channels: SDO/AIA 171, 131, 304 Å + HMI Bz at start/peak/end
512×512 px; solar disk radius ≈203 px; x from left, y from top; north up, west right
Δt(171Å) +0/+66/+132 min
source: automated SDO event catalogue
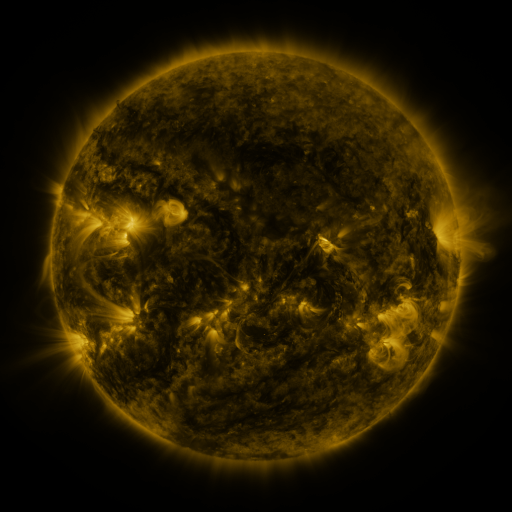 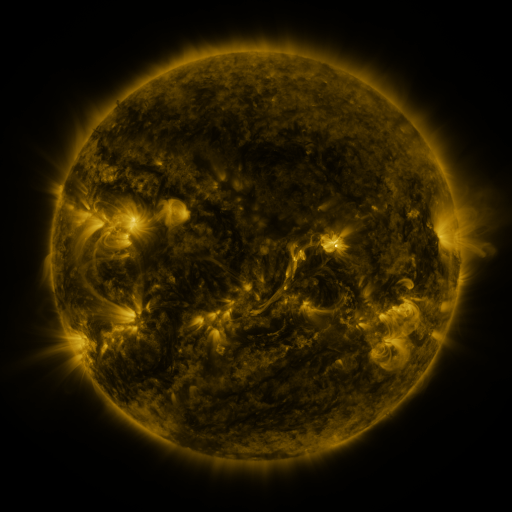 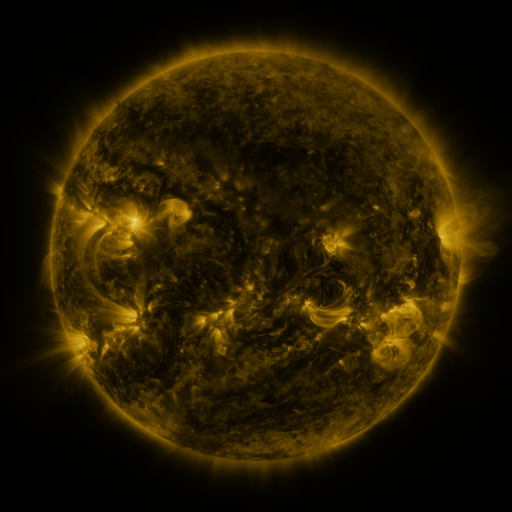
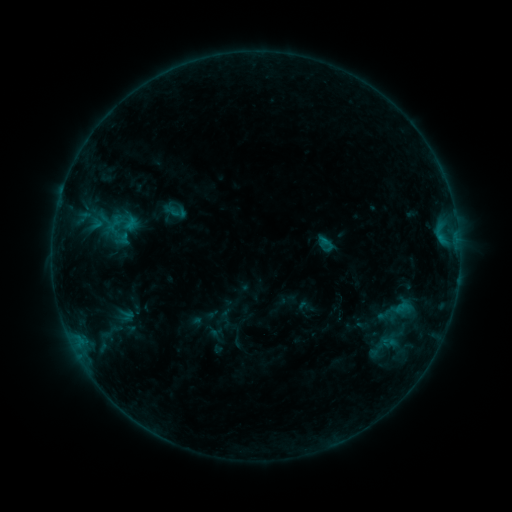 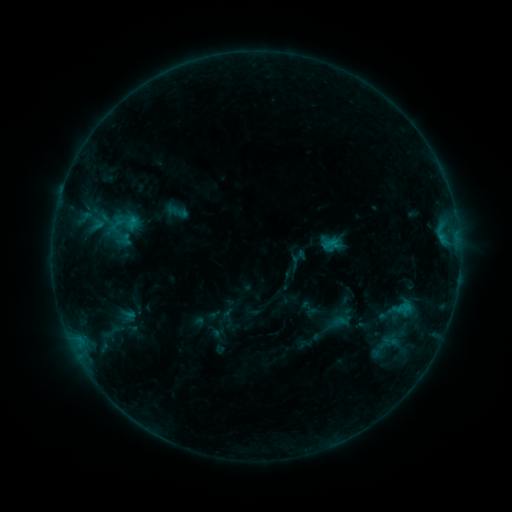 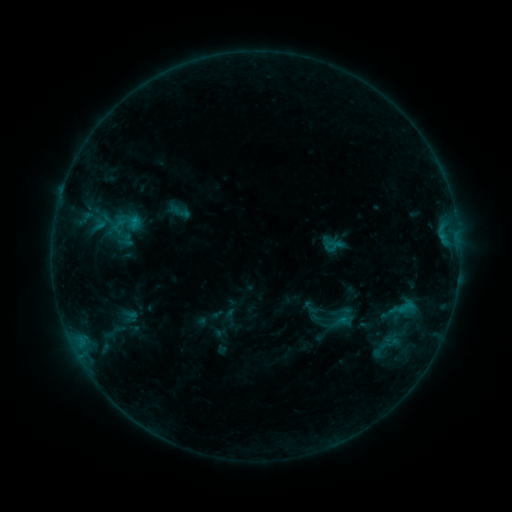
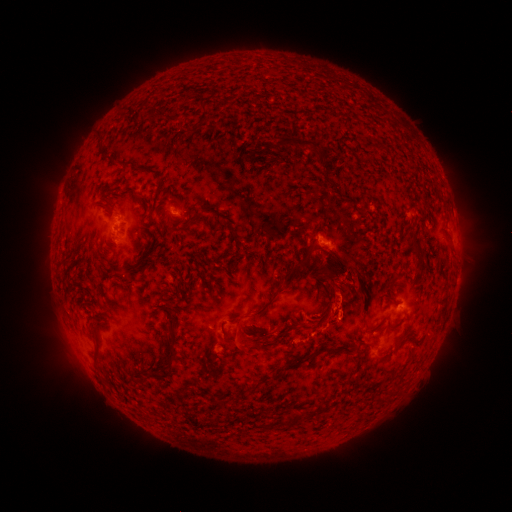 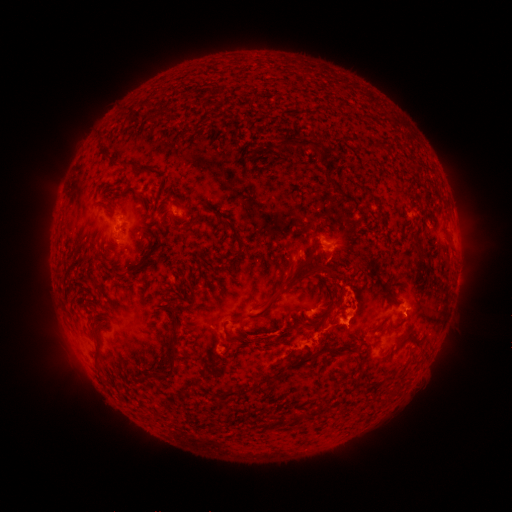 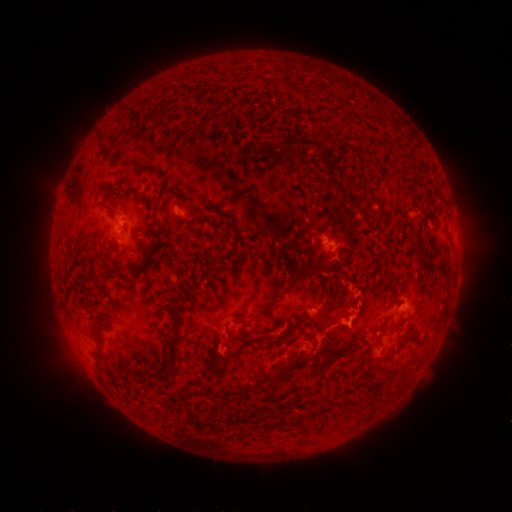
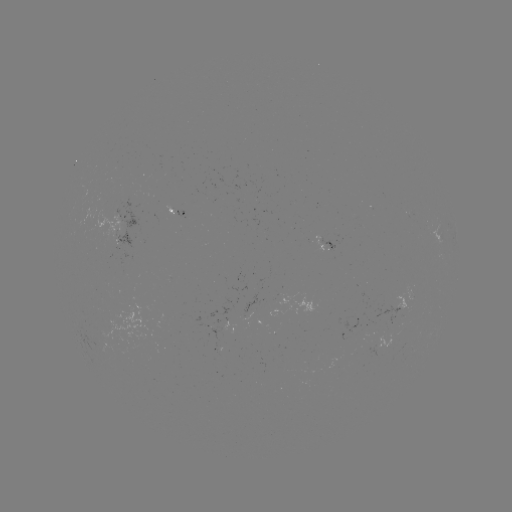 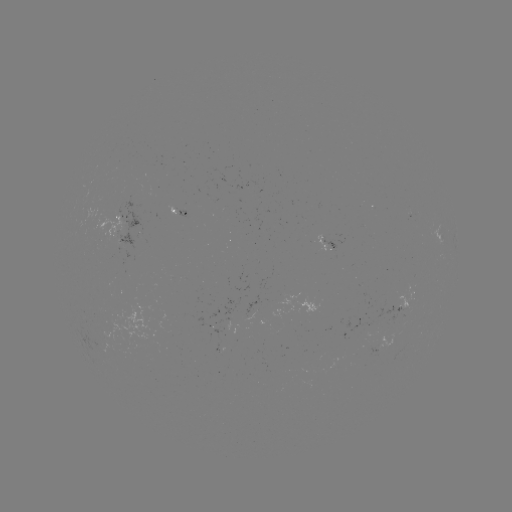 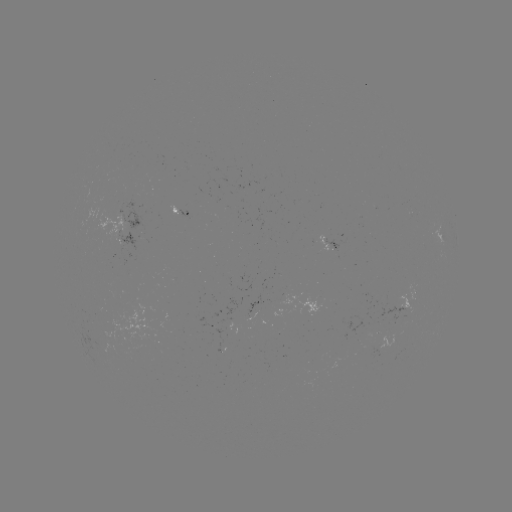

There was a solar flare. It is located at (335, 320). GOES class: B7.8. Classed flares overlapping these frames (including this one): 1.